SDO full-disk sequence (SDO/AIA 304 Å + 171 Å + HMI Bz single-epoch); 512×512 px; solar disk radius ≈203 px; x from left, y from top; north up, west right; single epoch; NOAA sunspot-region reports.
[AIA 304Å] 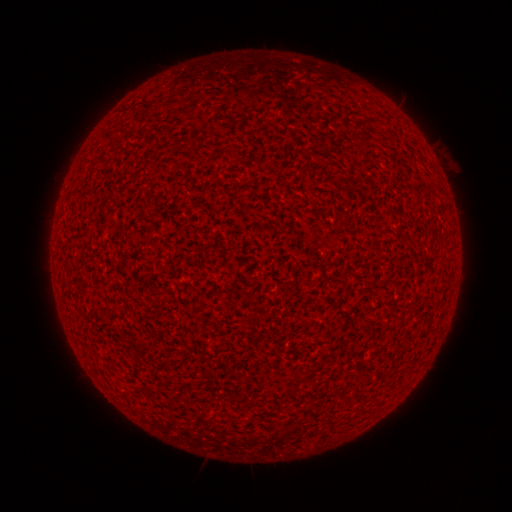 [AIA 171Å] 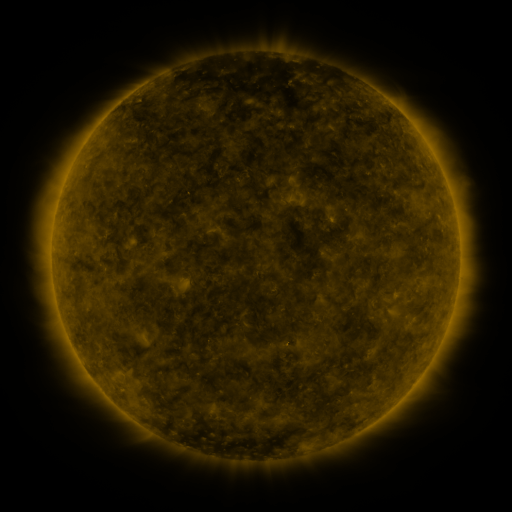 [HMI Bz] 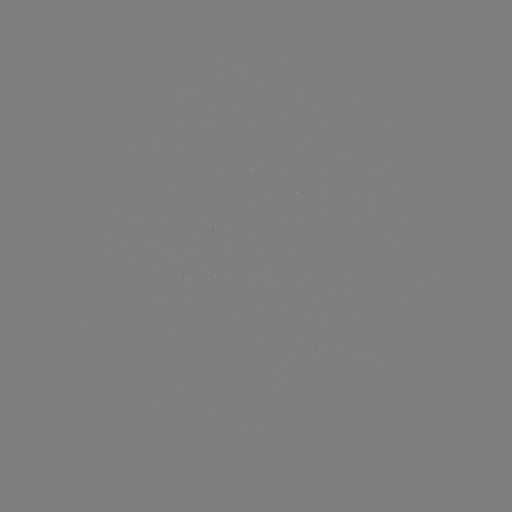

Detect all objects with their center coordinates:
(none)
